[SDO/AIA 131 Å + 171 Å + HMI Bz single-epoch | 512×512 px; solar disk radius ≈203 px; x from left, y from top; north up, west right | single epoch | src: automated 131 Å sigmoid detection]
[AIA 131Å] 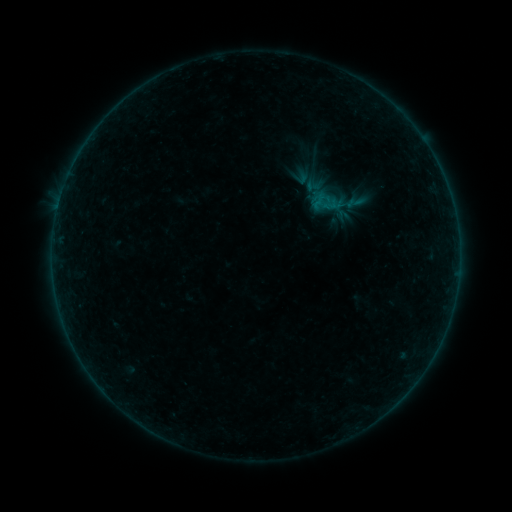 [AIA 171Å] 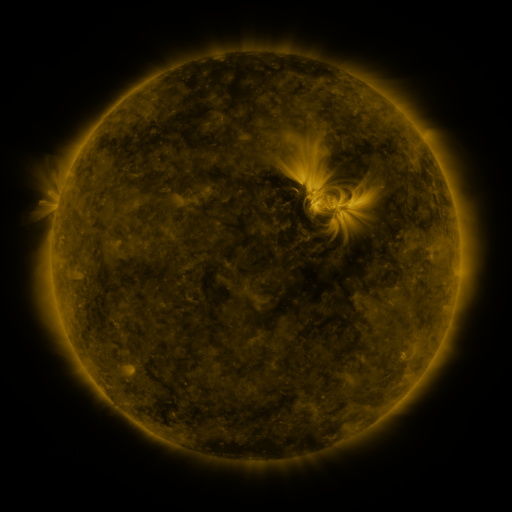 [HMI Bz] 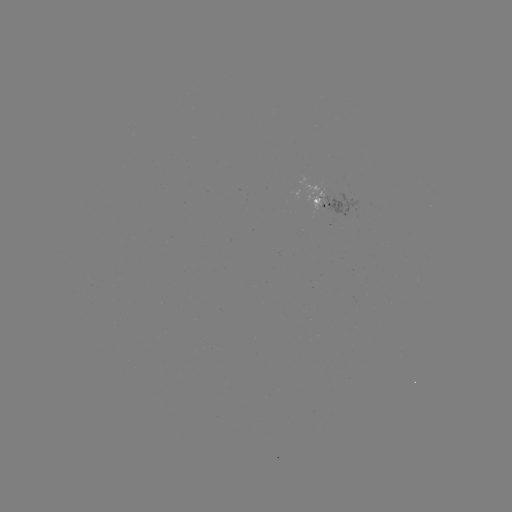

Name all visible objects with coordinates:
sigmoid: (302, 177, 323, 194)
